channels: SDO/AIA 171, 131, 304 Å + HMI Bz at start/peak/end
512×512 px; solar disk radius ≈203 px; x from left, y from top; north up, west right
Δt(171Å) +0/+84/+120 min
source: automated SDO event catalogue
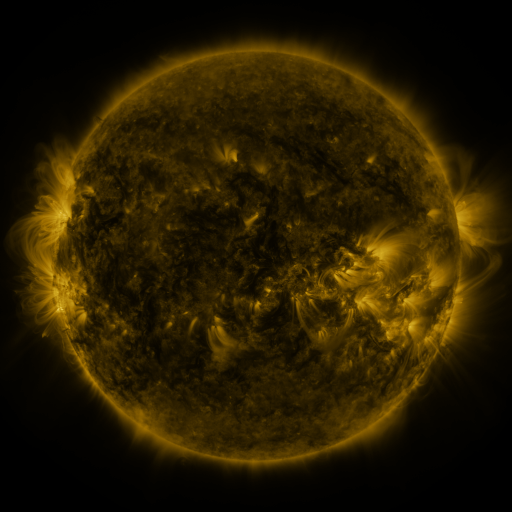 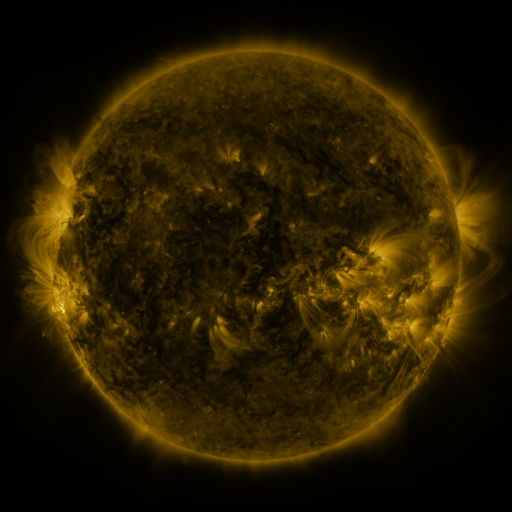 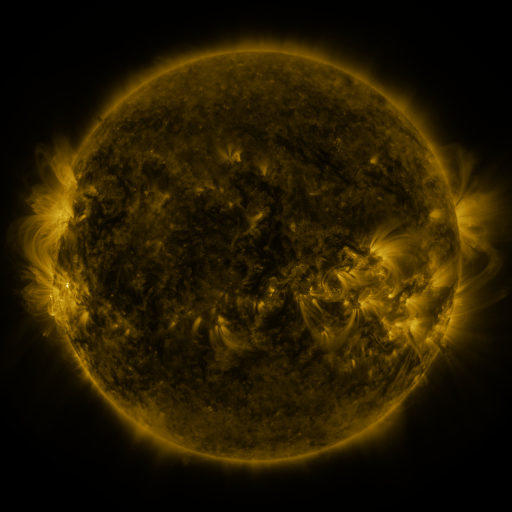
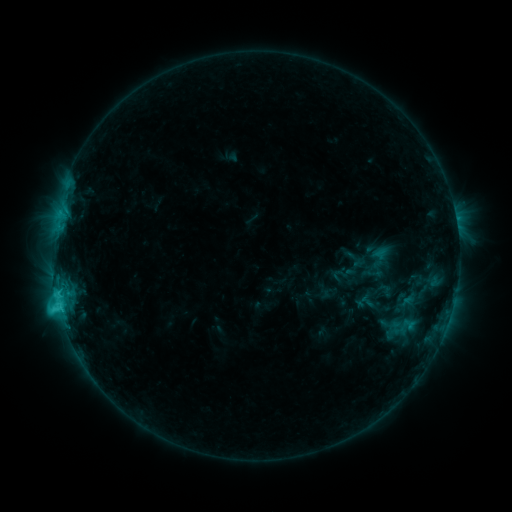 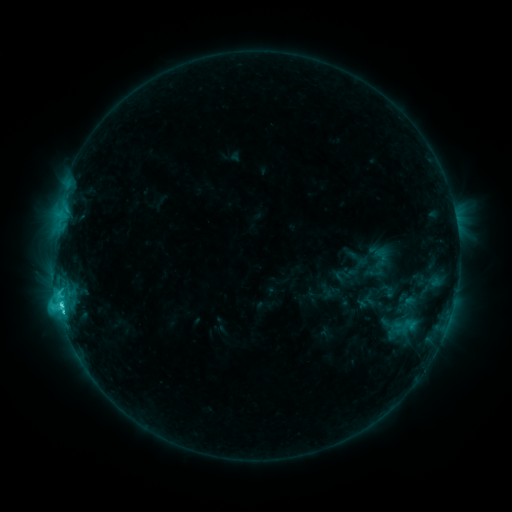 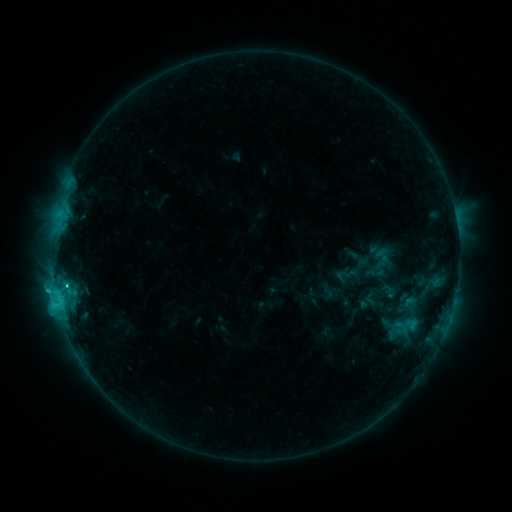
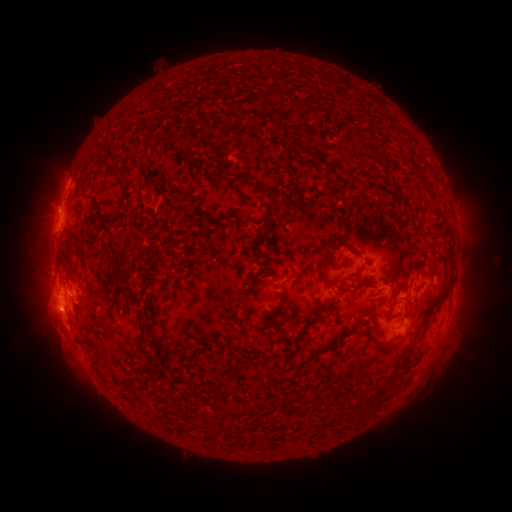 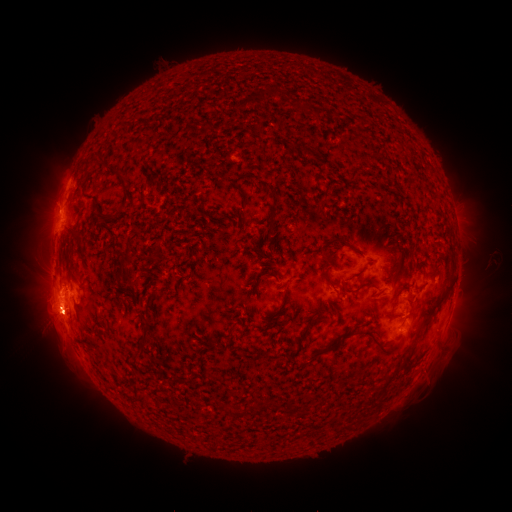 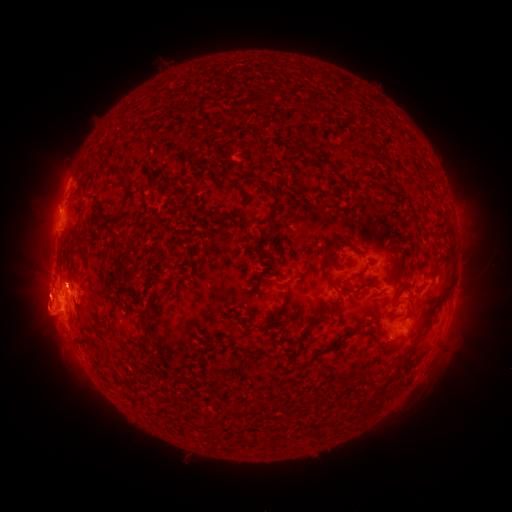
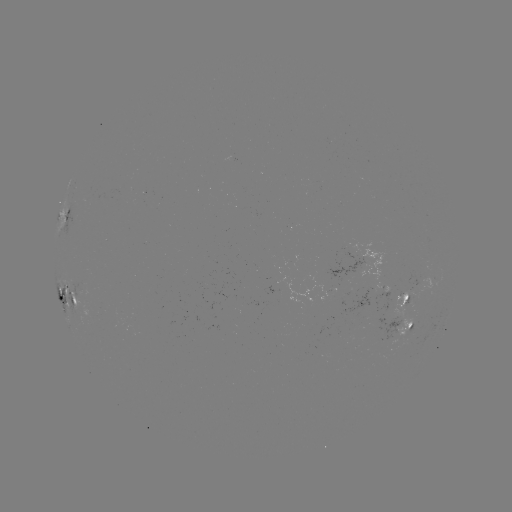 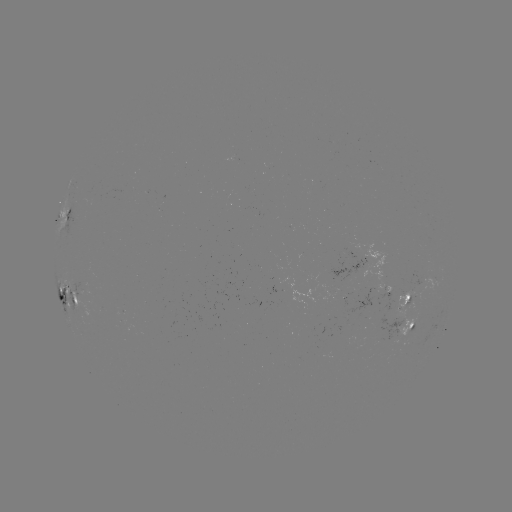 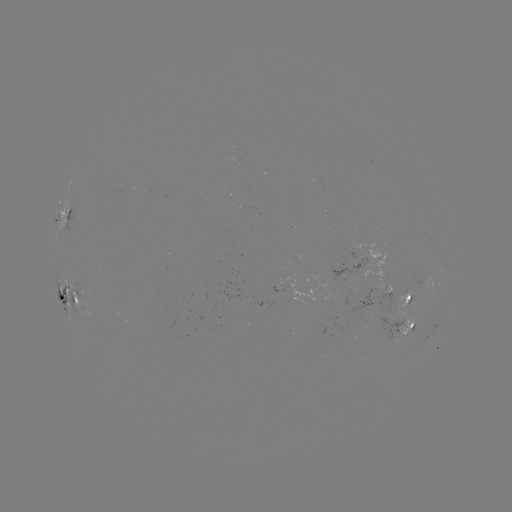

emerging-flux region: (412, 265, 431, 289)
